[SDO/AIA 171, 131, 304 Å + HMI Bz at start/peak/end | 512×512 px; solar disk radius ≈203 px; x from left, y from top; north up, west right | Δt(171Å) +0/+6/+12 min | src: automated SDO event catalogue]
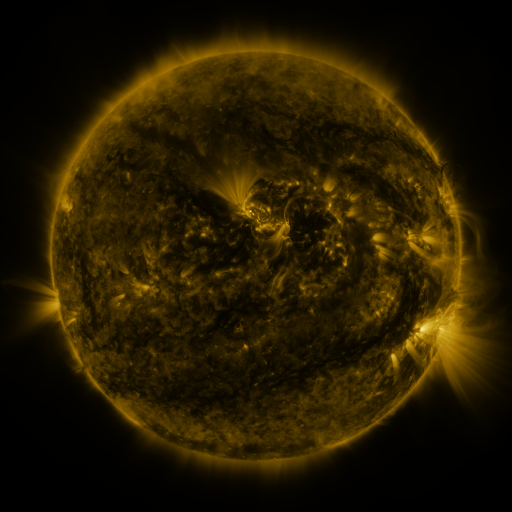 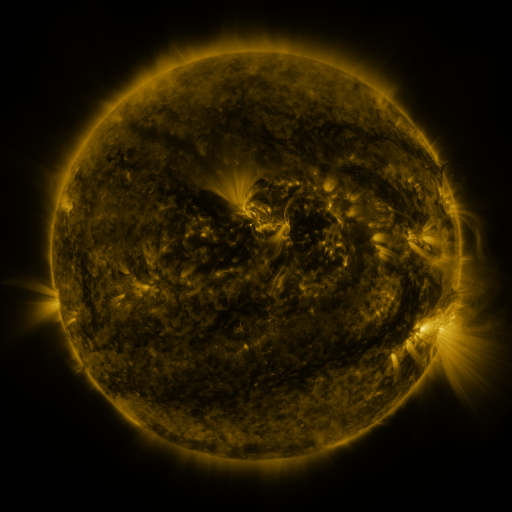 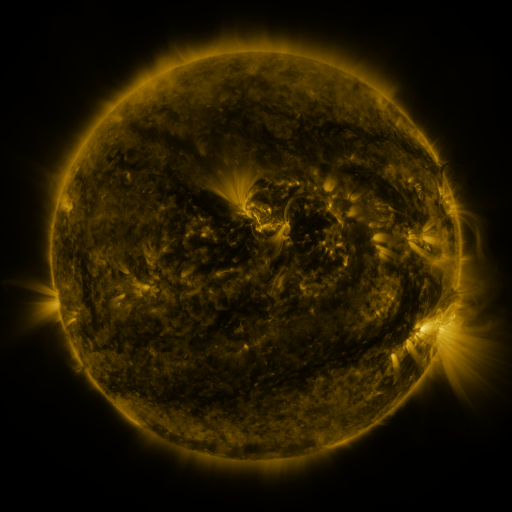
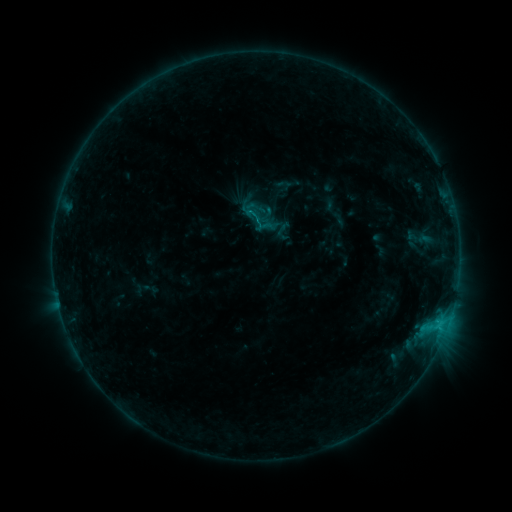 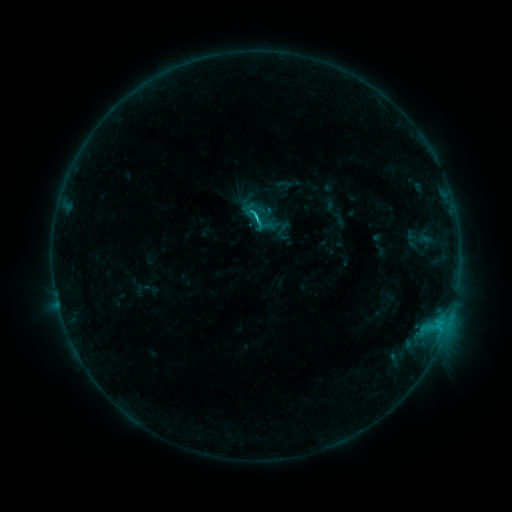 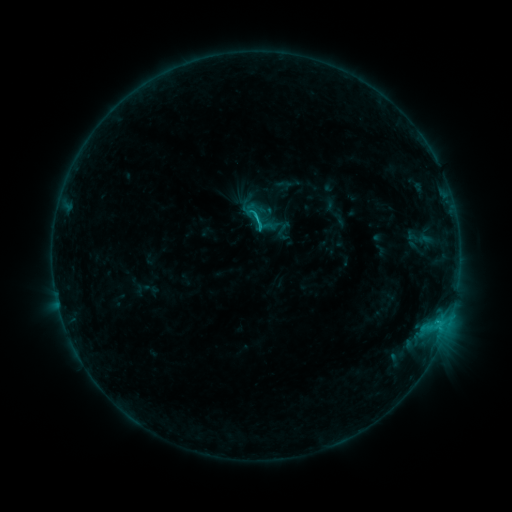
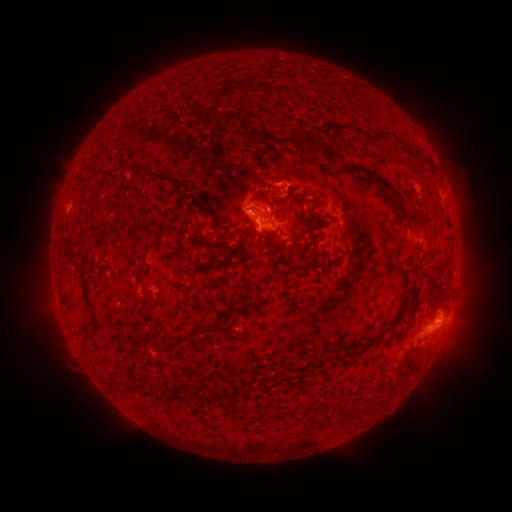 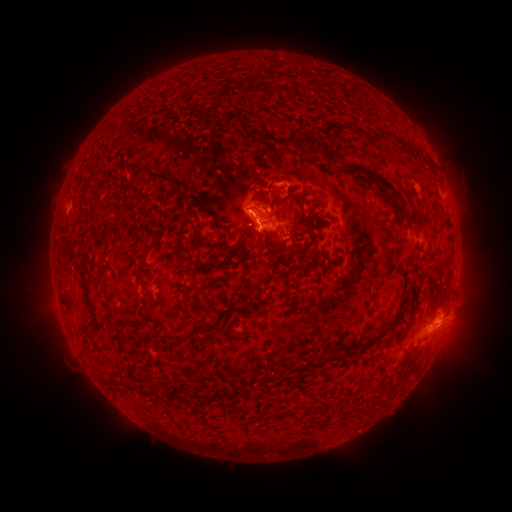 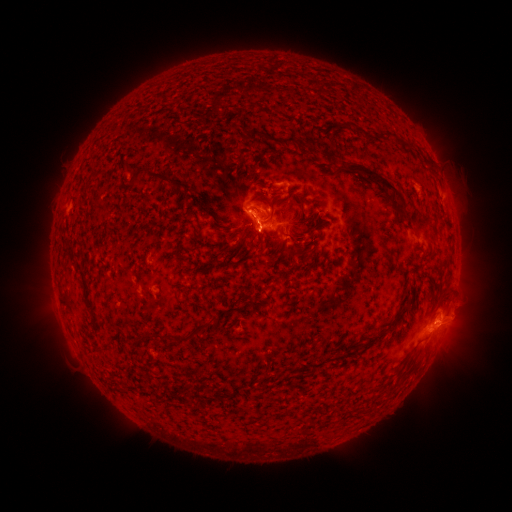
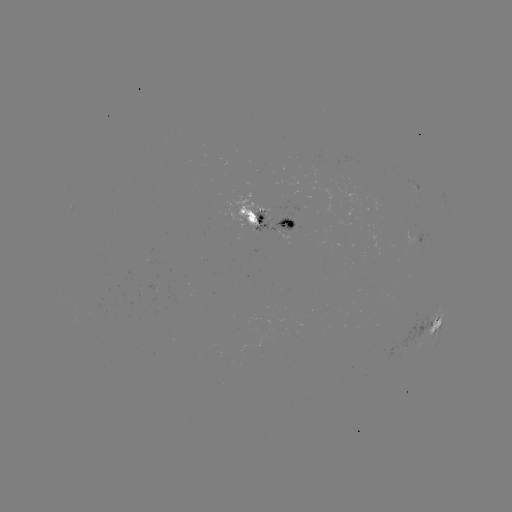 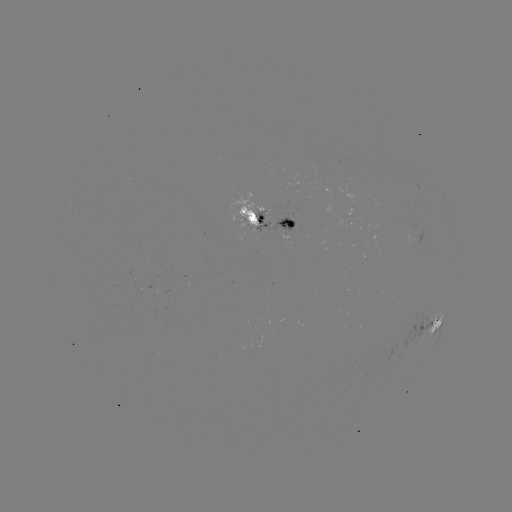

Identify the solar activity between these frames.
C1.6 flare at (256, 219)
